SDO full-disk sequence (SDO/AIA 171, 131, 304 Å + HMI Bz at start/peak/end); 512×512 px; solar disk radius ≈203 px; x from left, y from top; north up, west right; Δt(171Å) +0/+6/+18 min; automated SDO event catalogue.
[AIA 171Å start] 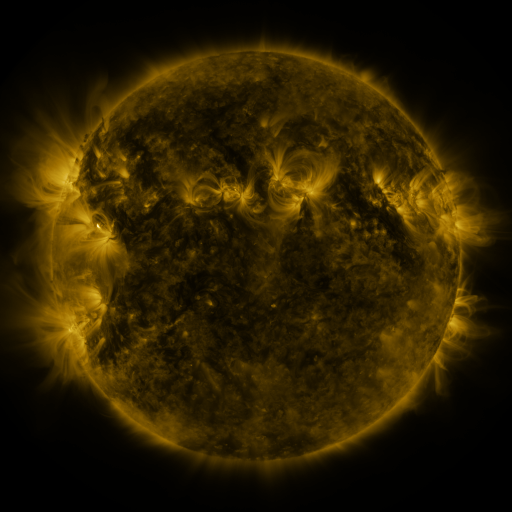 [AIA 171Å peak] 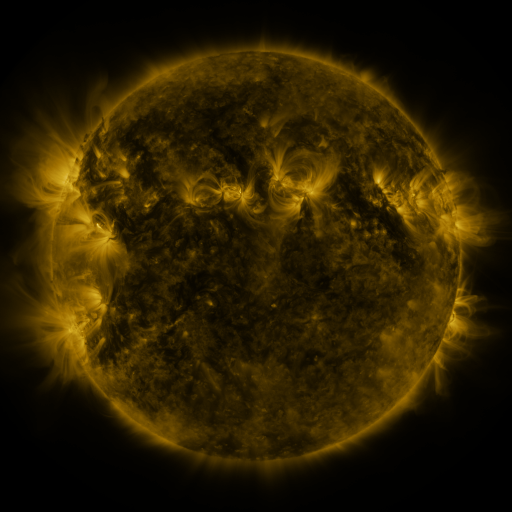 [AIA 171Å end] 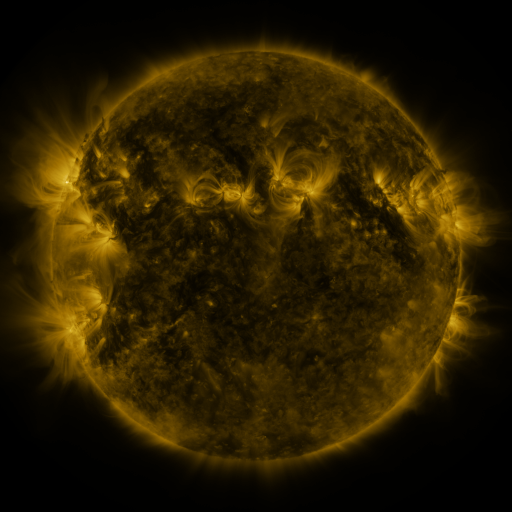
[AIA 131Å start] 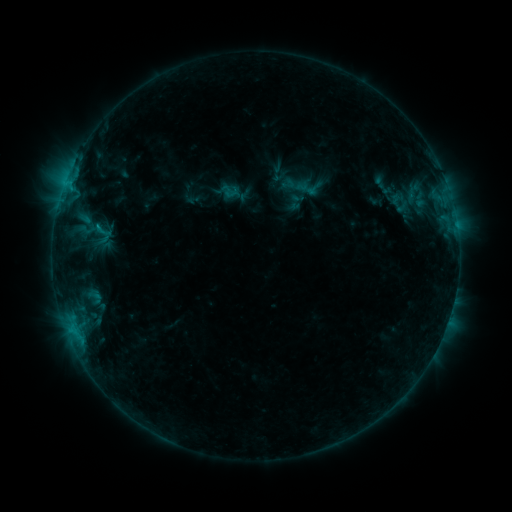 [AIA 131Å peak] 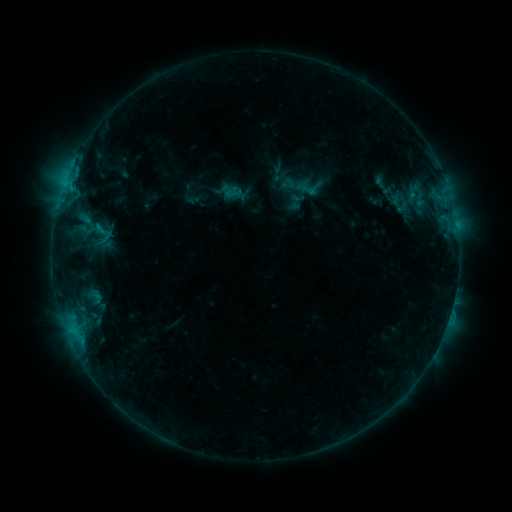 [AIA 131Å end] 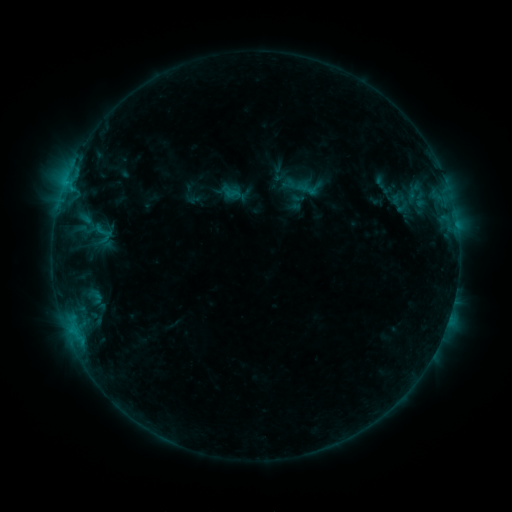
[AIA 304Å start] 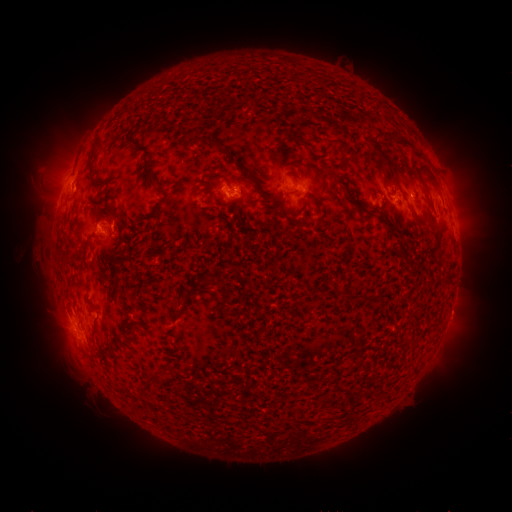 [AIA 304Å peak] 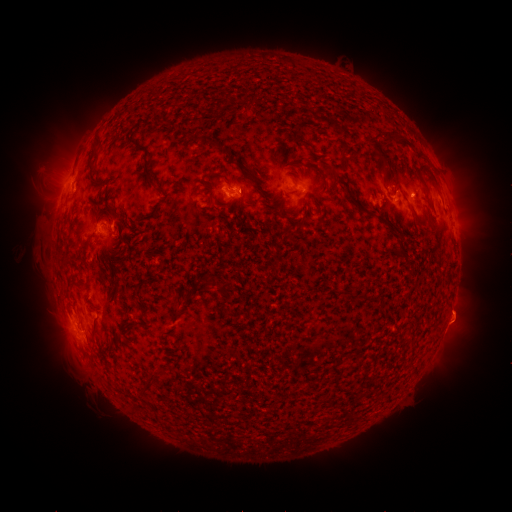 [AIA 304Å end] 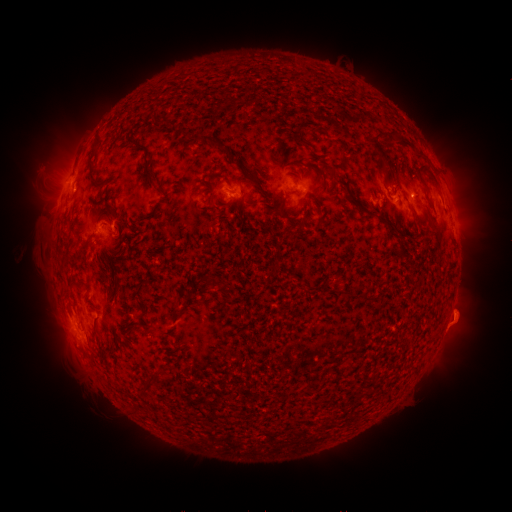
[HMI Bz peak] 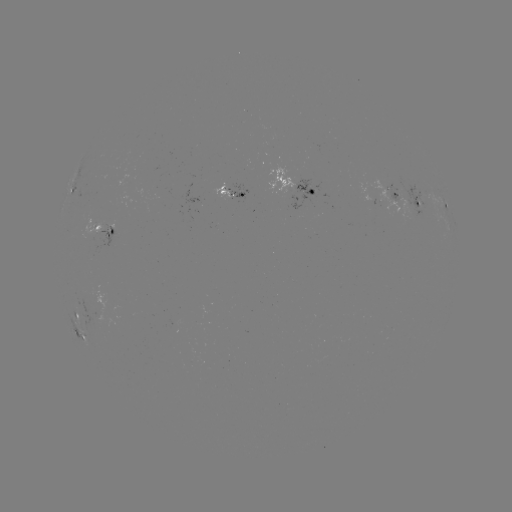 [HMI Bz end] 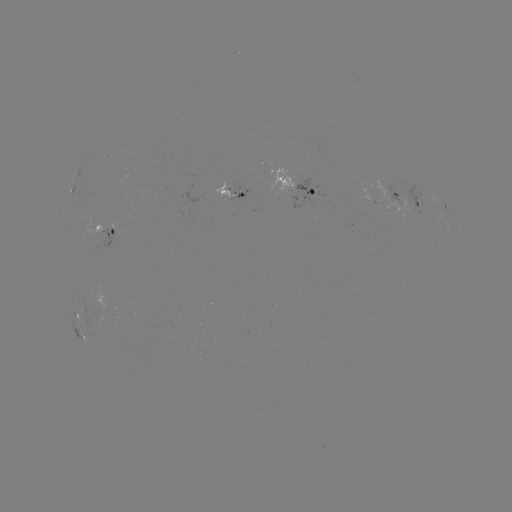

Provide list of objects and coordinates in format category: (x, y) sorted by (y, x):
eruption: (466, 316)
